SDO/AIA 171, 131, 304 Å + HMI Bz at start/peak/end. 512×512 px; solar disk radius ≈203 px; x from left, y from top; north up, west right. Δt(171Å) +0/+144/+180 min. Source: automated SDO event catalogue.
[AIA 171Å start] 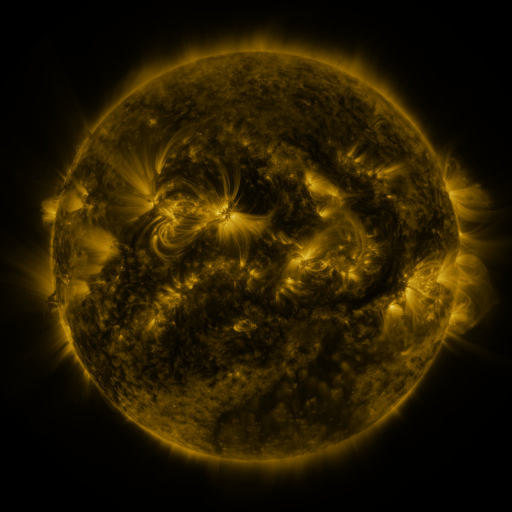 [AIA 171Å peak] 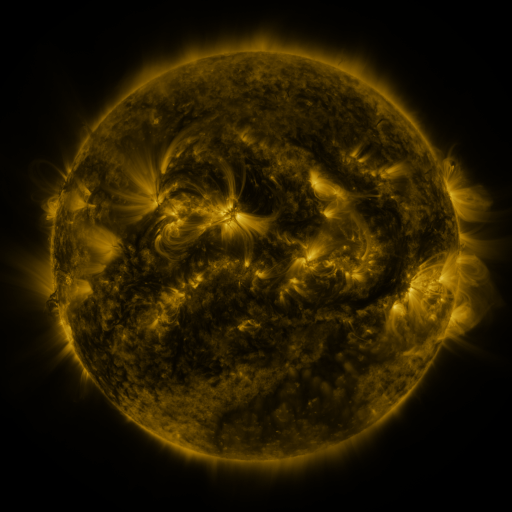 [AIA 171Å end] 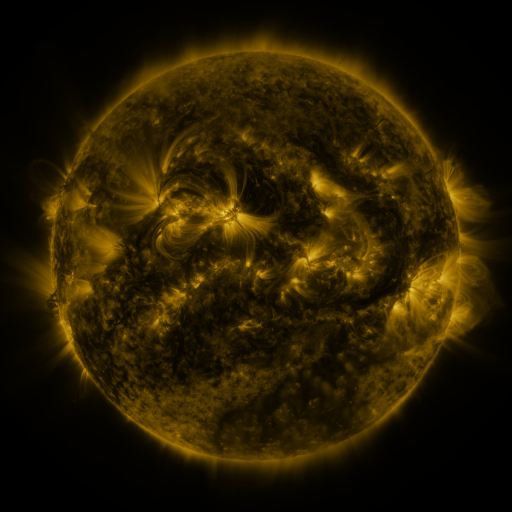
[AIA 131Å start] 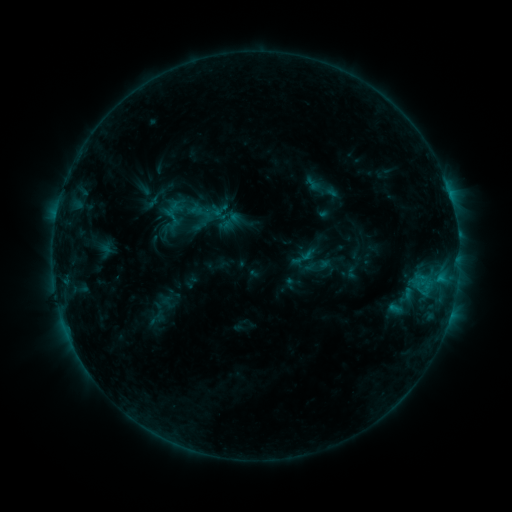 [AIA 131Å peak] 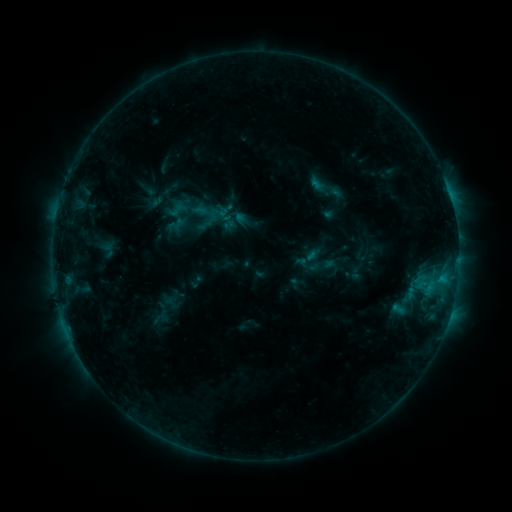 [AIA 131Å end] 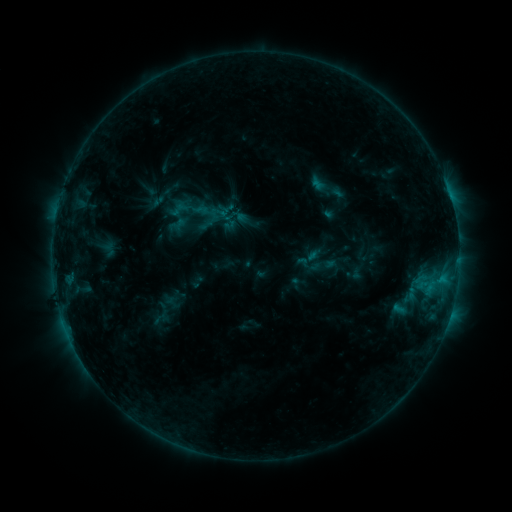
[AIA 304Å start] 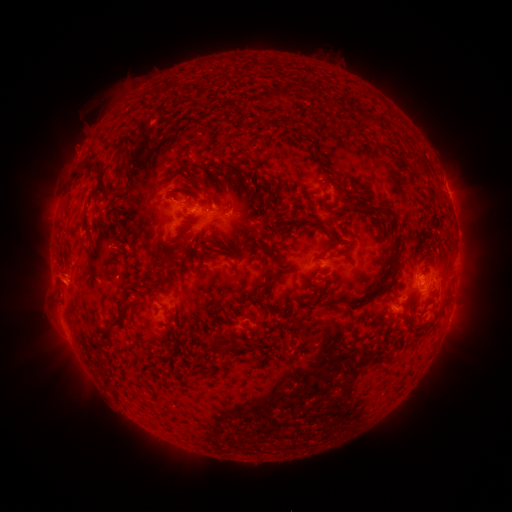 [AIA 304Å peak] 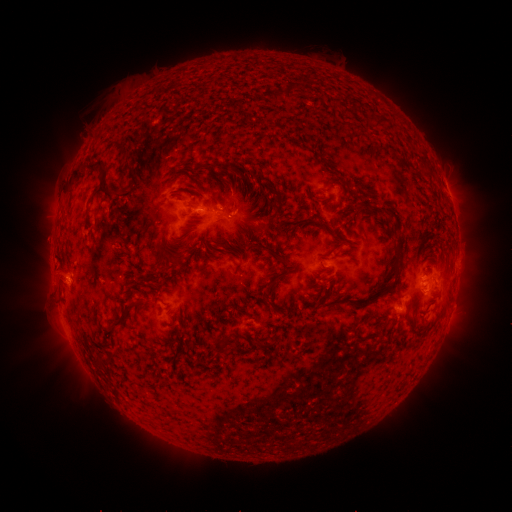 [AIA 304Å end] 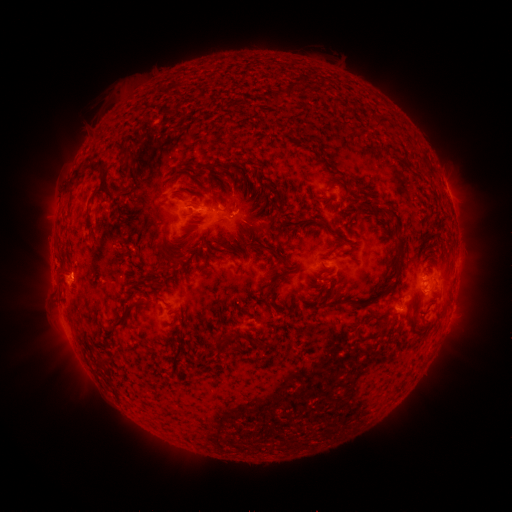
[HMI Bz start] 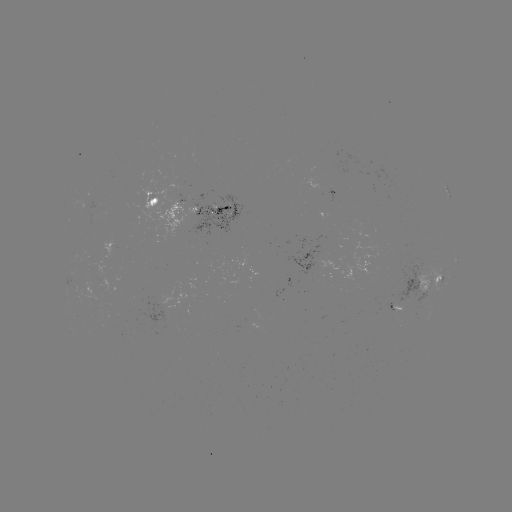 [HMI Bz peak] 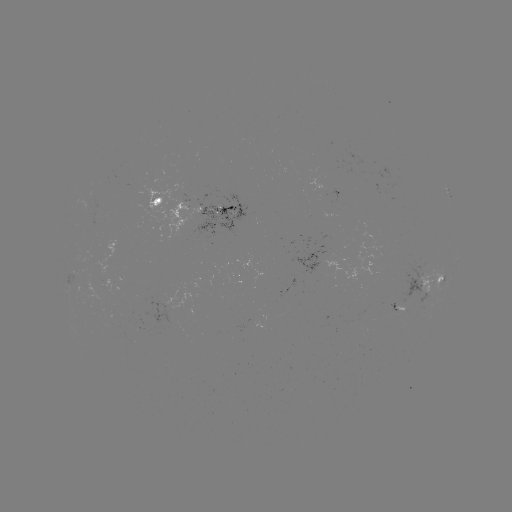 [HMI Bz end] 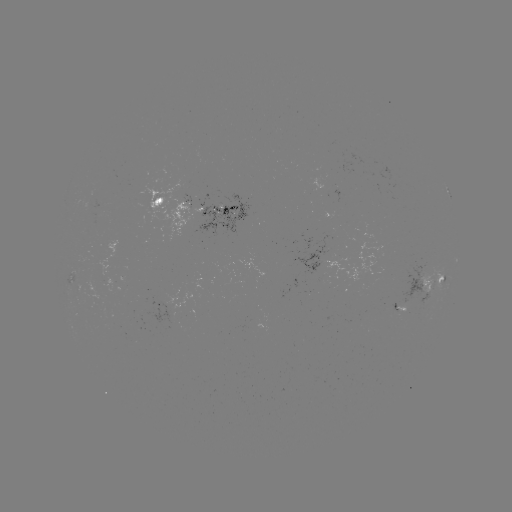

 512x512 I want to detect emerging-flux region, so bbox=[389, 303, 397, 317].